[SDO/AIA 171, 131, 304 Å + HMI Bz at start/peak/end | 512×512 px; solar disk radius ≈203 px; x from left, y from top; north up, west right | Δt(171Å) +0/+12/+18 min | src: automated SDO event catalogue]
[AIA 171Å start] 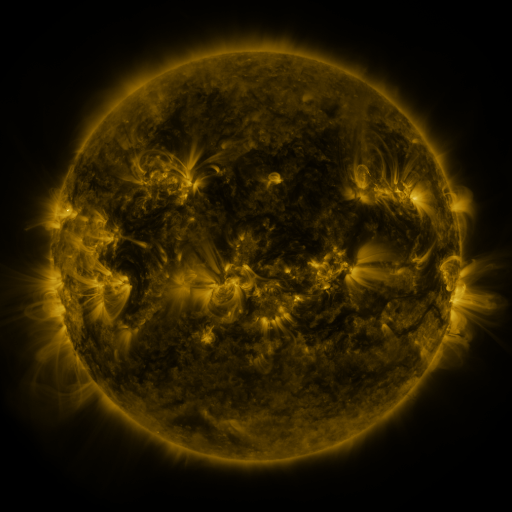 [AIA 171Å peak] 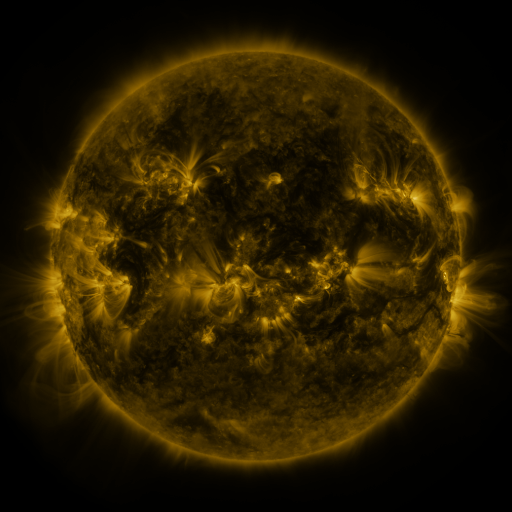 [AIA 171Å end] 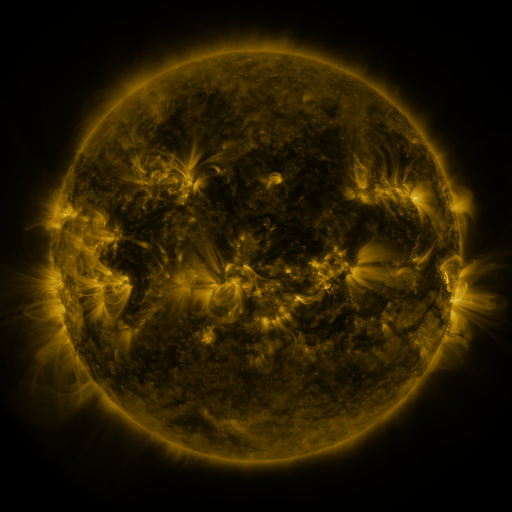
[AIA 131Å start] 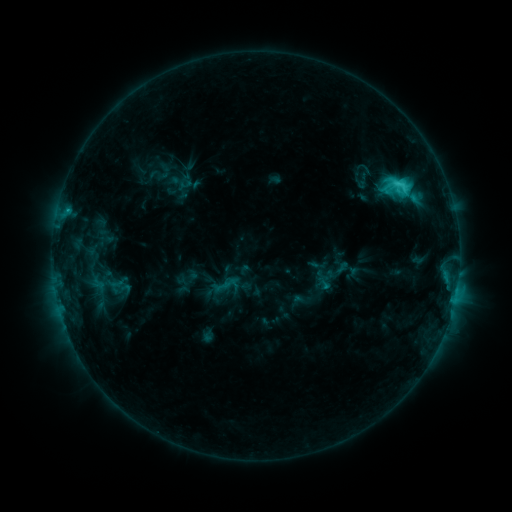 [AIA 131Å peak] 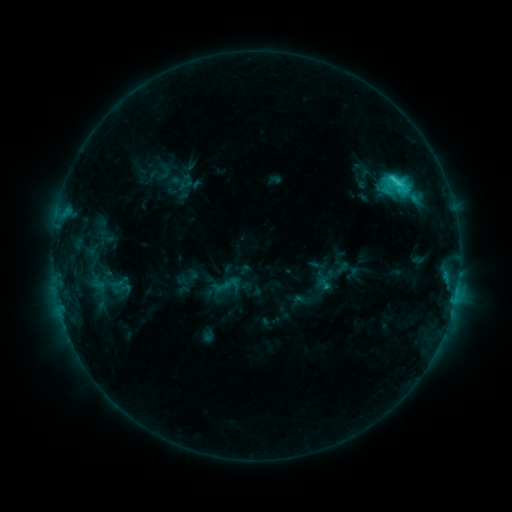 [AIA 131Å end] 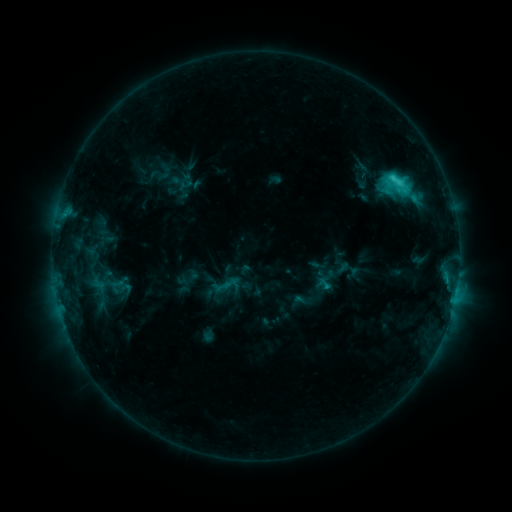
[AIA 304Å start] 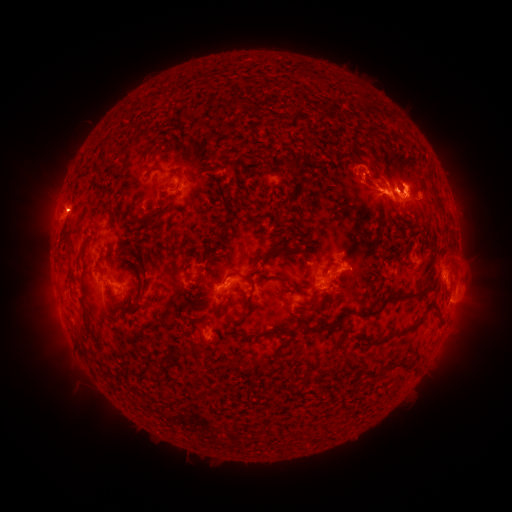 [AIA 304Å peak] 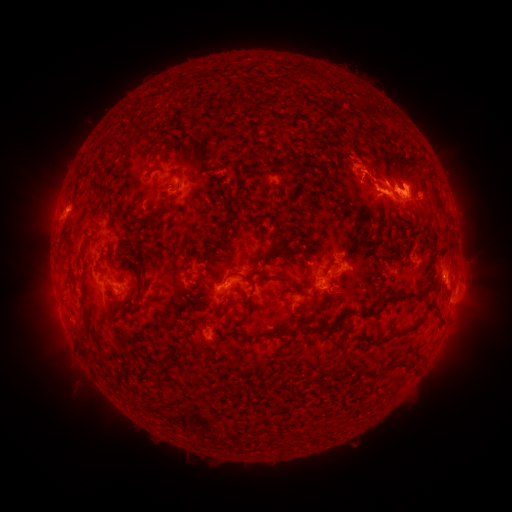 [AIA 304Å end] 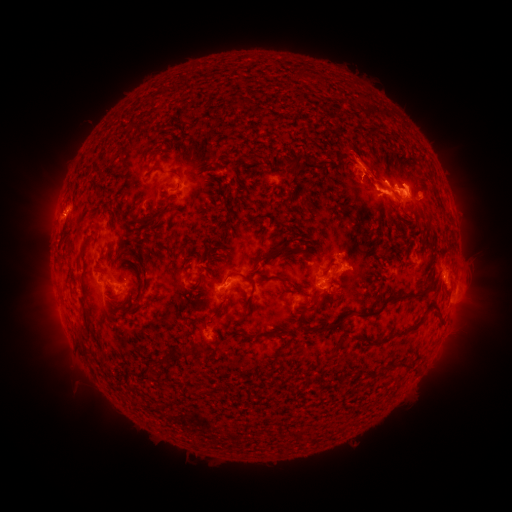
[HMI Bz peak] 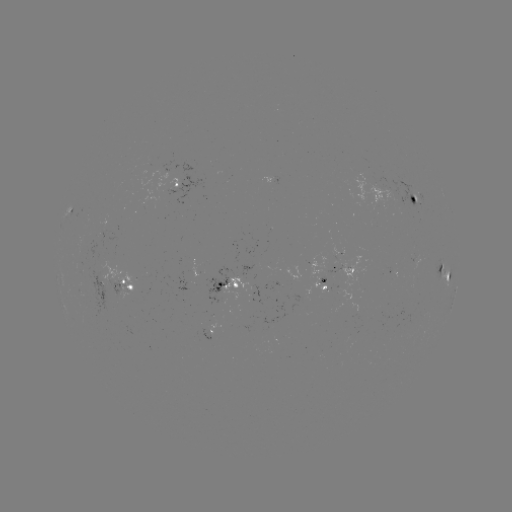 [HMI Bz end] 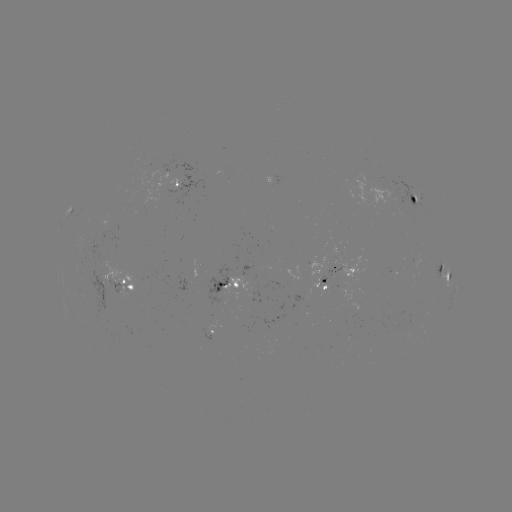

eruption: (338, 138, 393, 188)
